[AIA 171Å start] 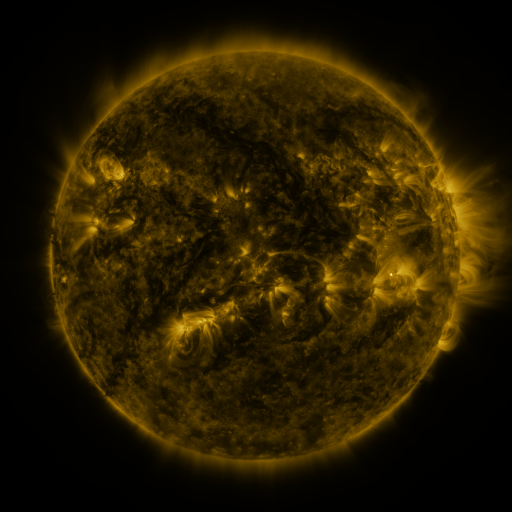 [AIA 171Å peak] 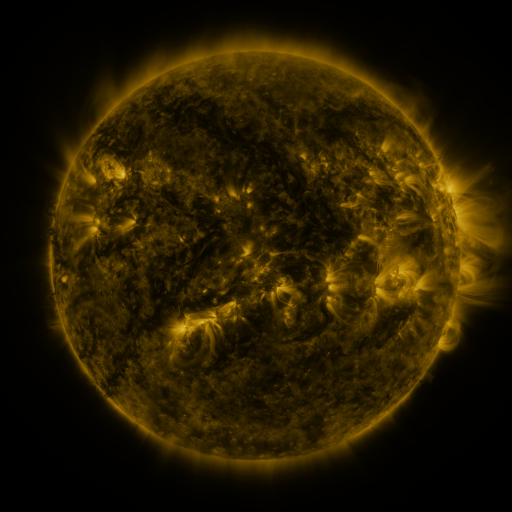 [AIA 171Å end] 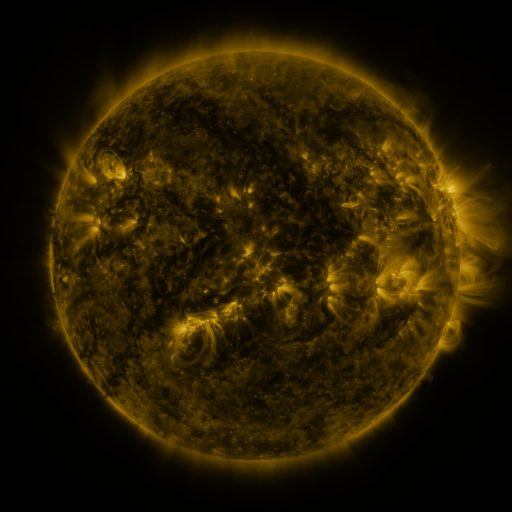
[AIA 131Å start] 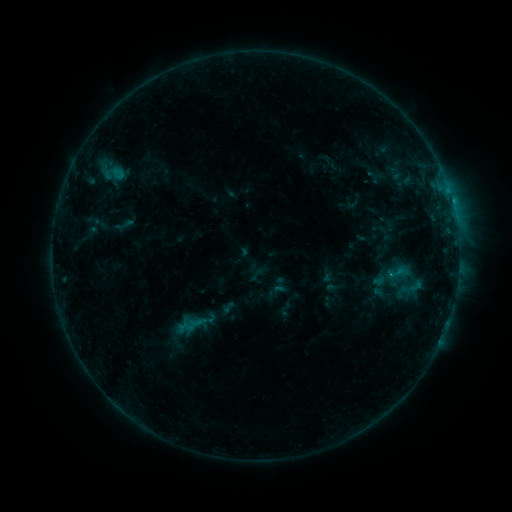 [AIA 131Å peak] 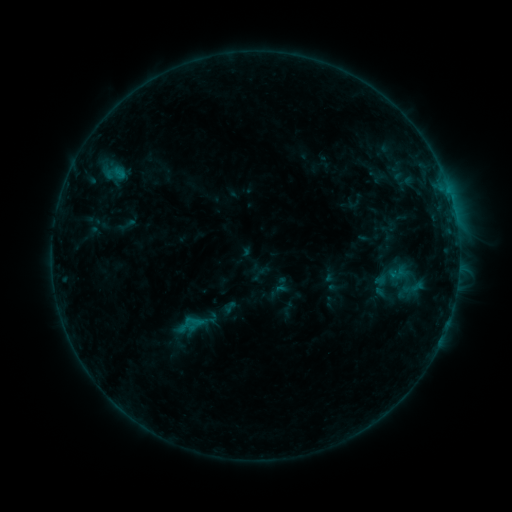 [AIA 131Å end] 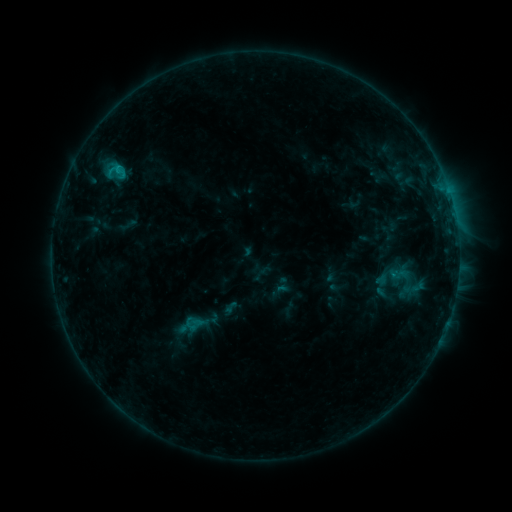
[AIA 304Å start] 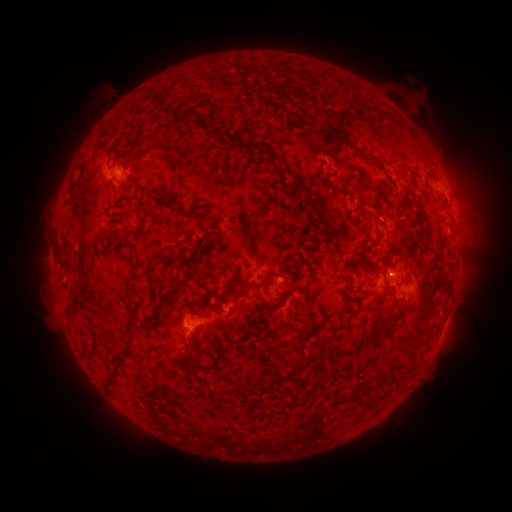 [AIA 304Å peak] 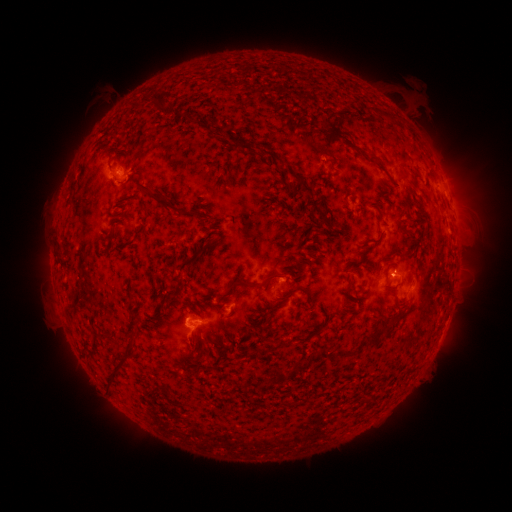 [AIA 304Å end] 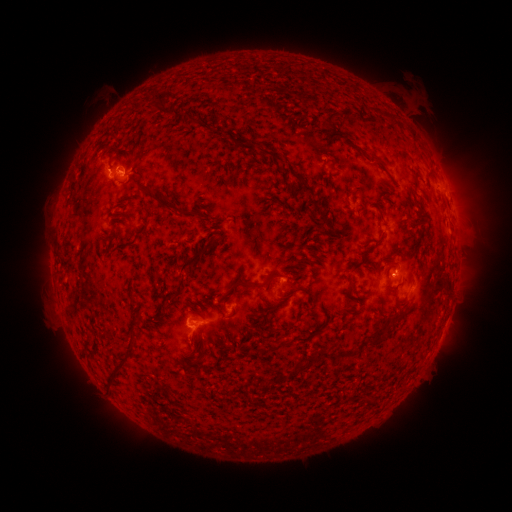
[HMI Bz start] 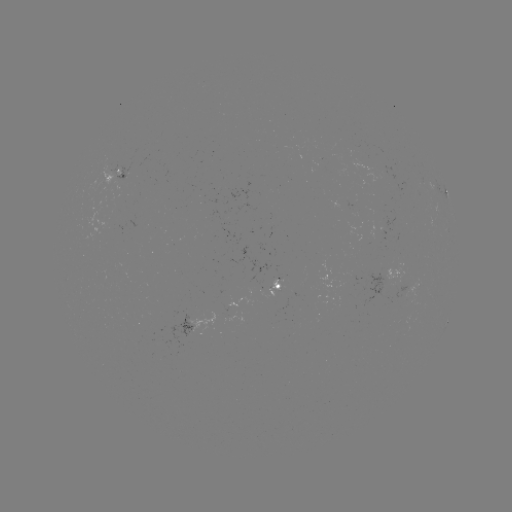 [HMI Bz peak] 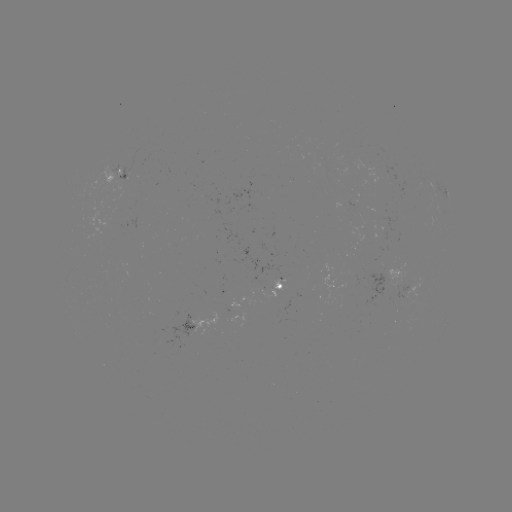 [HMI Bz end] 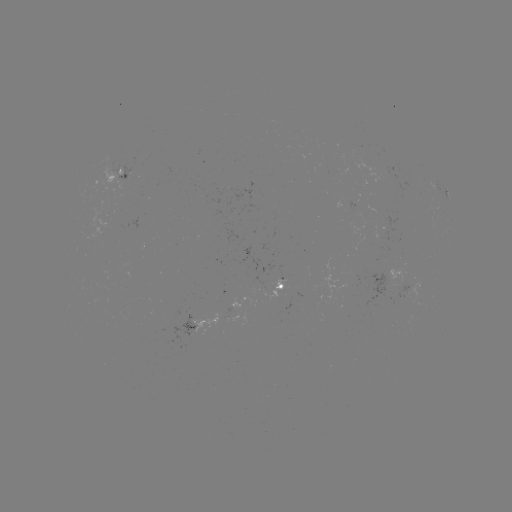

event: emerging-flux region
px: (392, 231)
